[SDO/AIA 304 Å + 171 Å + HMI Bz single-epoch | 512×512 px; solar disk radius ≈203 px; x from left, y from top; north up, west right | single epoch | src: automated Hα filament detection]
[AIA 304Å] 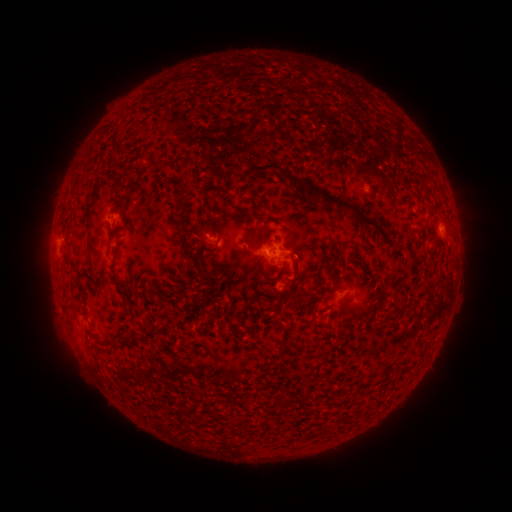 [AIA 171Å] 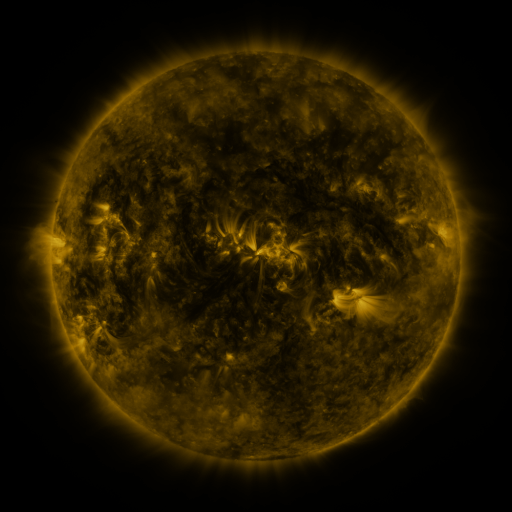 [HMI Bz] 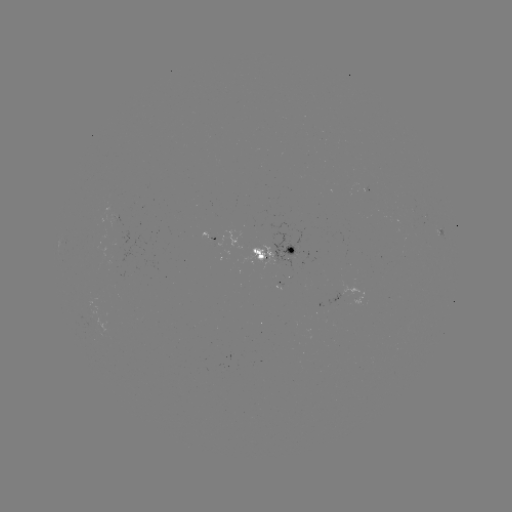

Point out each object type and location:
filament: (262, 167)
filament: (290, 178)
filament: (119, 197)
filament: (344, 205)
filament: (188, 252)
